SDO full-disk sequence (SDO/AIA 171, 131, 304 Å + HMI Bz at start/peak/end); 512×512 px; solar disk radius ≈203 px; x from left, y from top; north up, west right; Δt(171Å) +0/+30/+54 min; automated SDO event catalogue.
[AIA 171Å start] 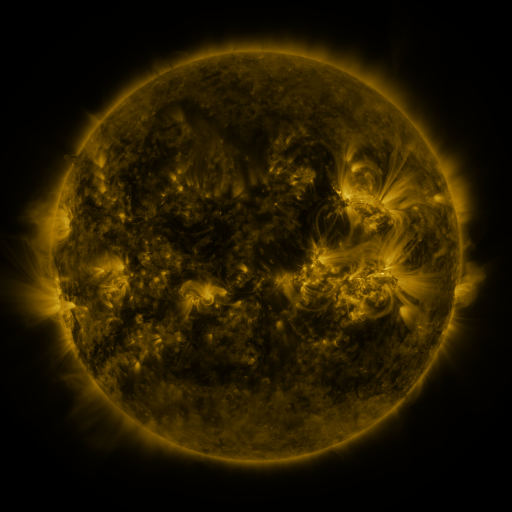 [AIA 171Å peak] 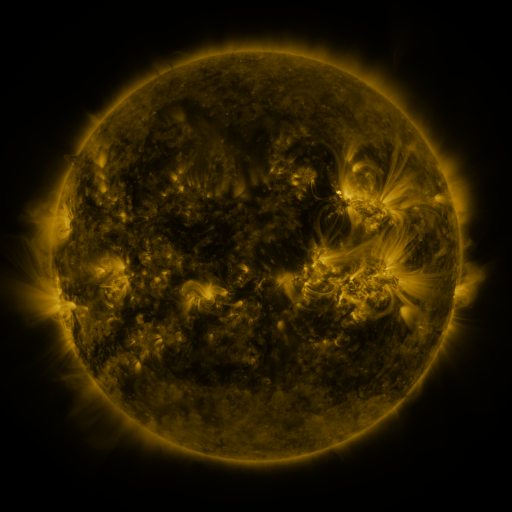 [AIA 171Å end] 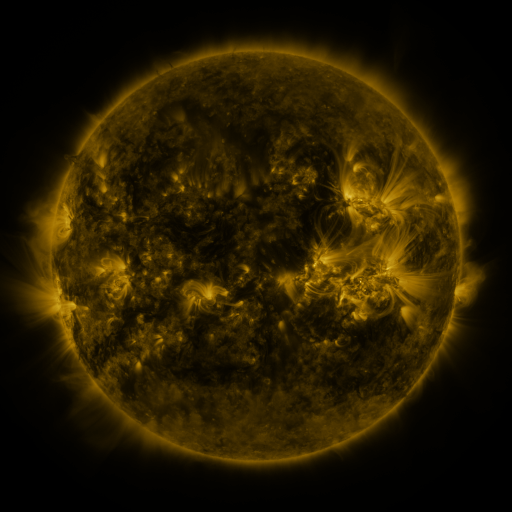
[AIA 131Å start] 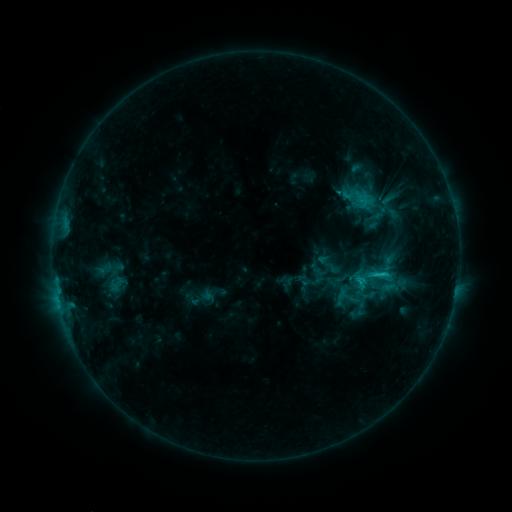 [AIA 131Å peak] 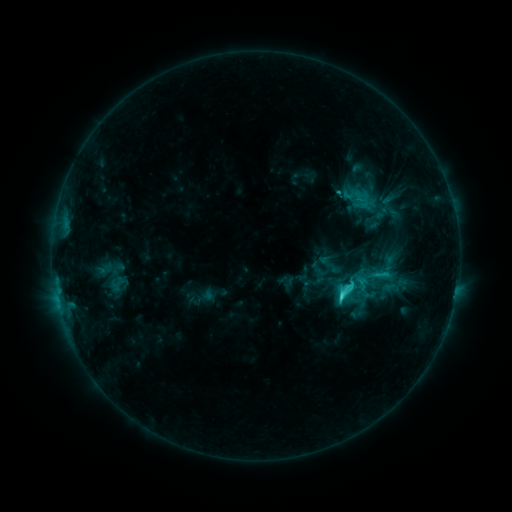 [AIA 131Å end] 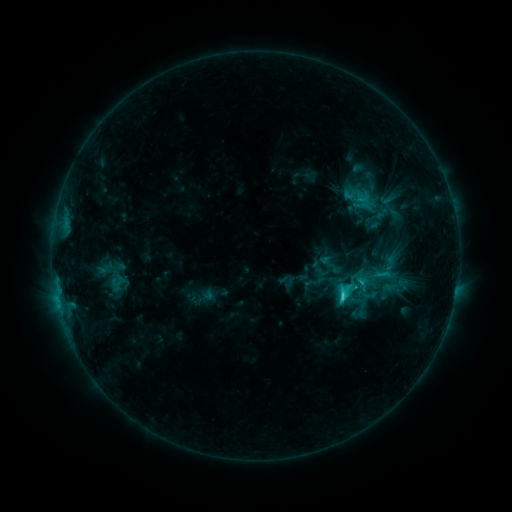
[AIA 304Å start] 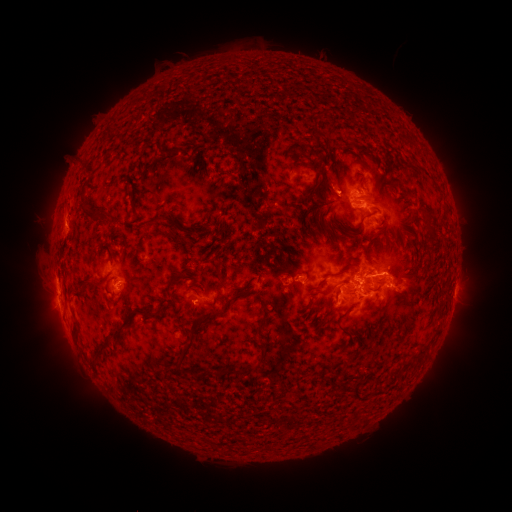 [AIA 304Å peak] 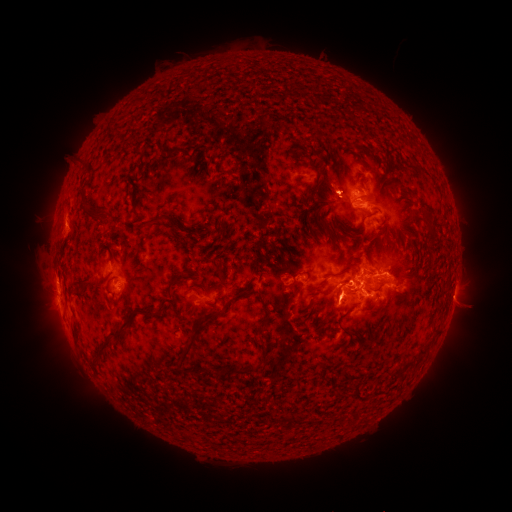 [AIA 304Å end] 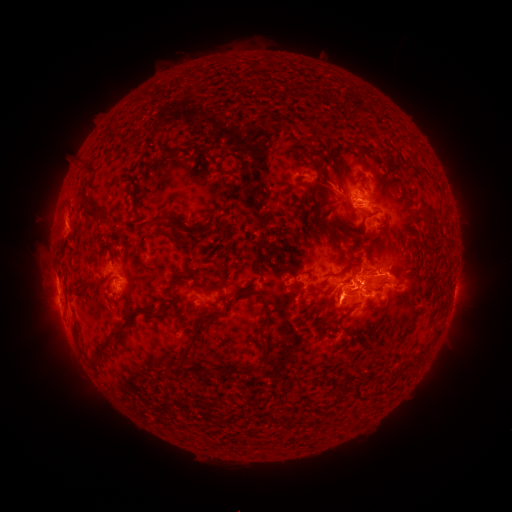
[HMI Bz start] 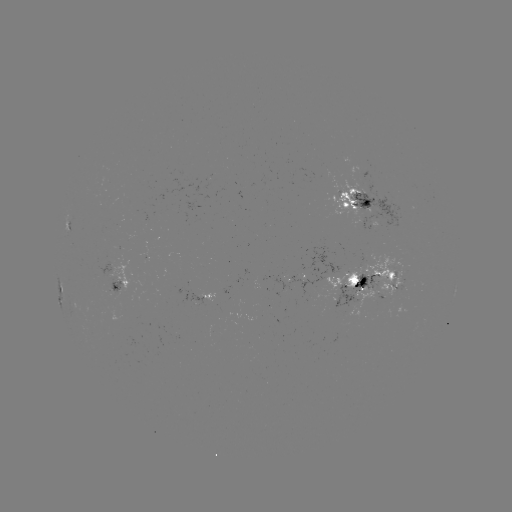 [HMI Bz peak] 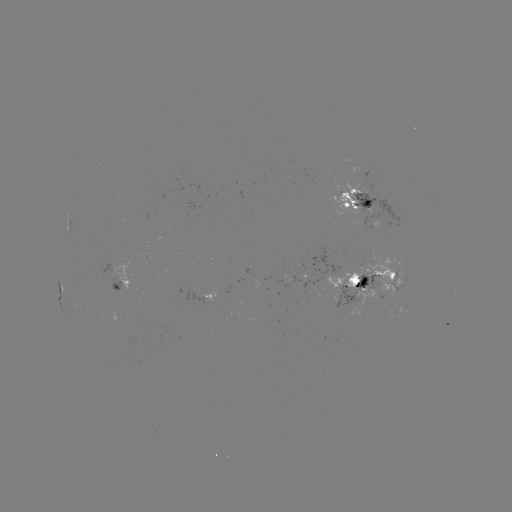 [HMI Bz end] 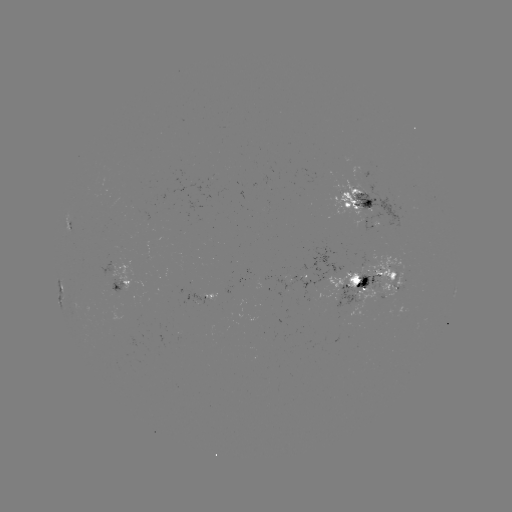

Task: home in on C4.9 flare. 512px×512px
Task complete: (341, 295).